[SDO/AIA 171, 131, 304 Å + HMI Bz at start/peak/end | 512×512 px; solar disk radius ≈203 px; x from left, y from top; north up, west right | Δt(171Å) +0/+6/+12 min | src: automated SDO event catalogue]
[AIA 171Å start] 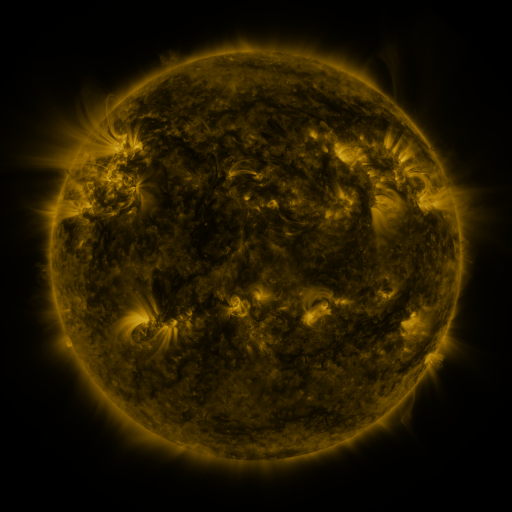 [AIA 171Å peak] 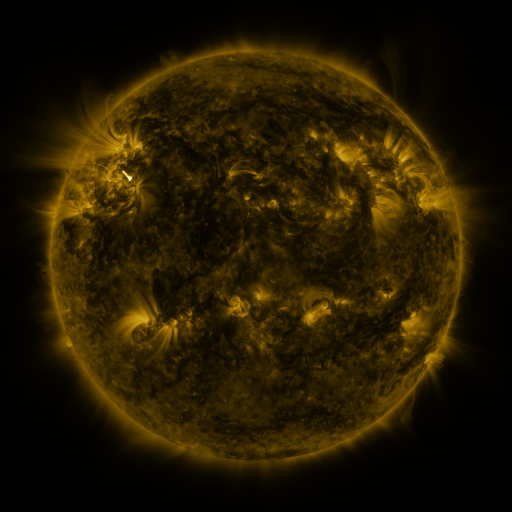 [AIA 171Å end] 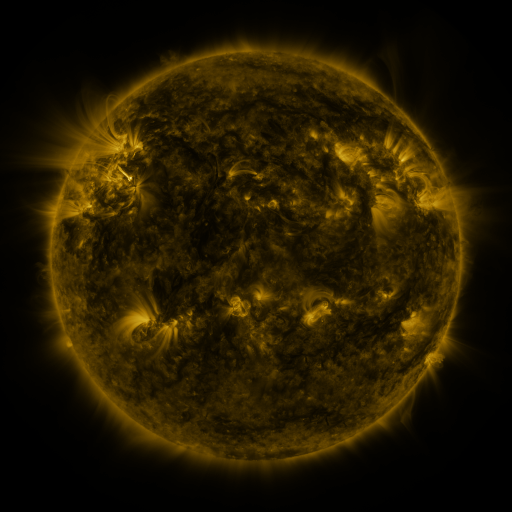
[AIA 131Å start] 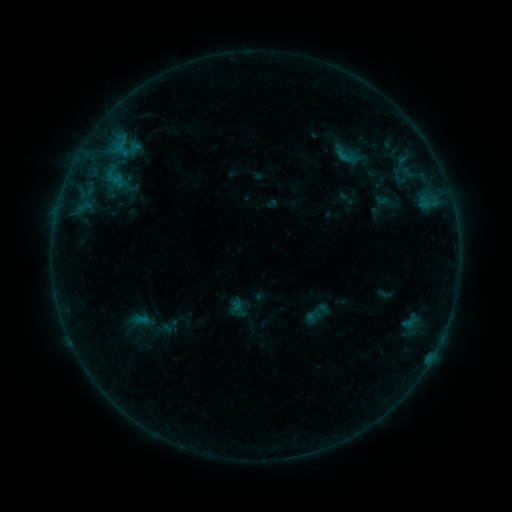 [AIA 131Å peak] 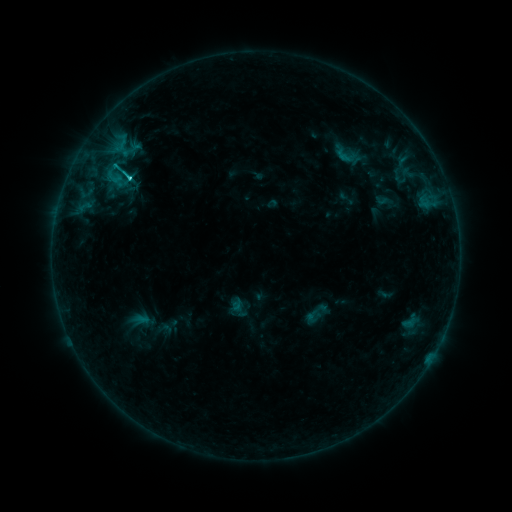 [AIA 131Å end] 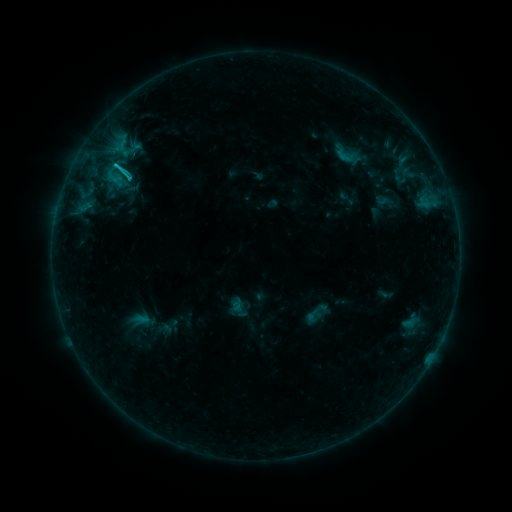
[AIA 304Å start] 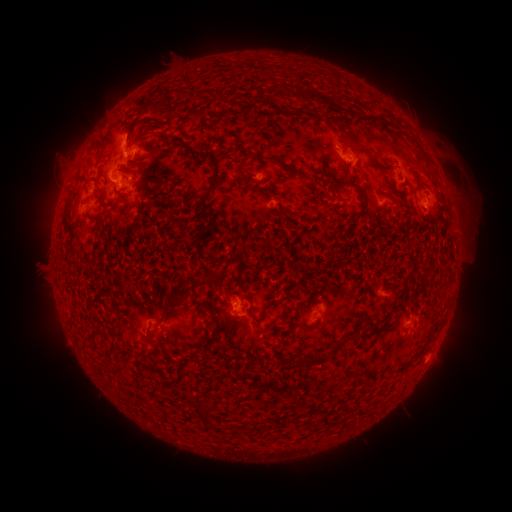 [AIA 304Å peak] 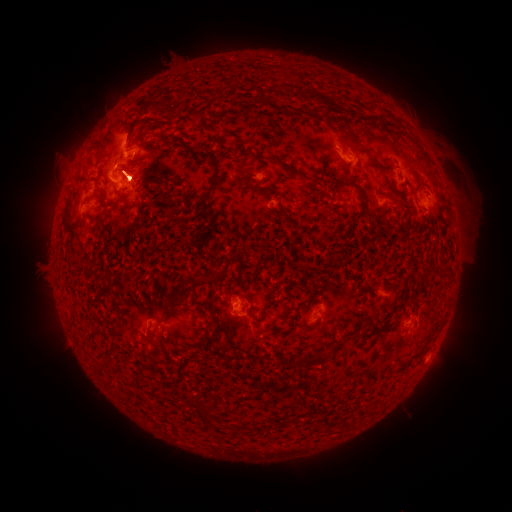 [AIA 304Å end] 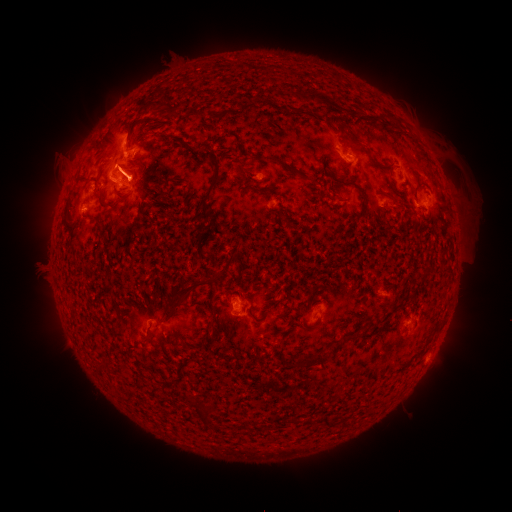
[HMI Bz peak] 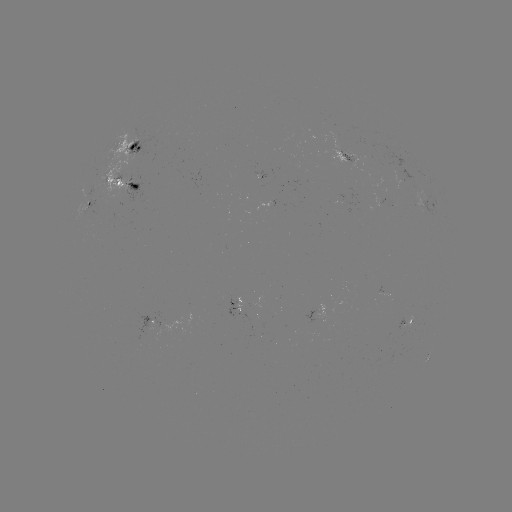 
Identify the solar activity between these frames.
C2.2 flare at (129, 177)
